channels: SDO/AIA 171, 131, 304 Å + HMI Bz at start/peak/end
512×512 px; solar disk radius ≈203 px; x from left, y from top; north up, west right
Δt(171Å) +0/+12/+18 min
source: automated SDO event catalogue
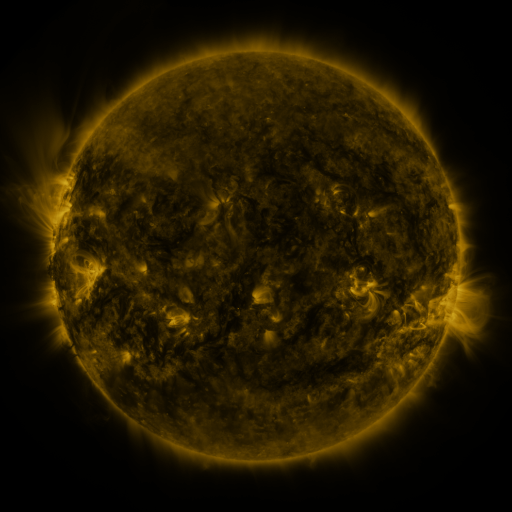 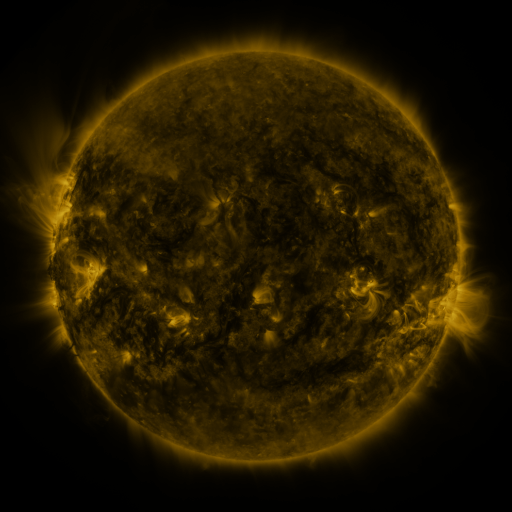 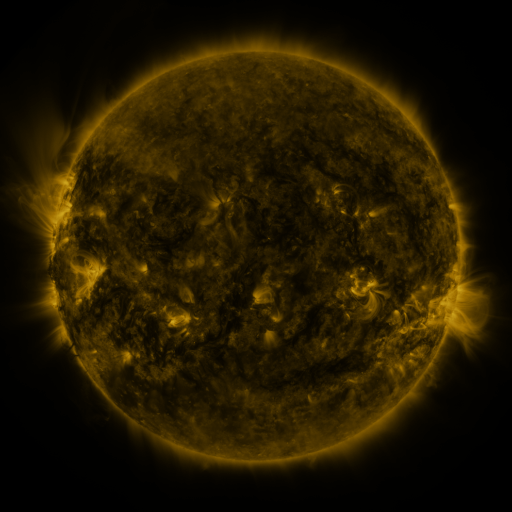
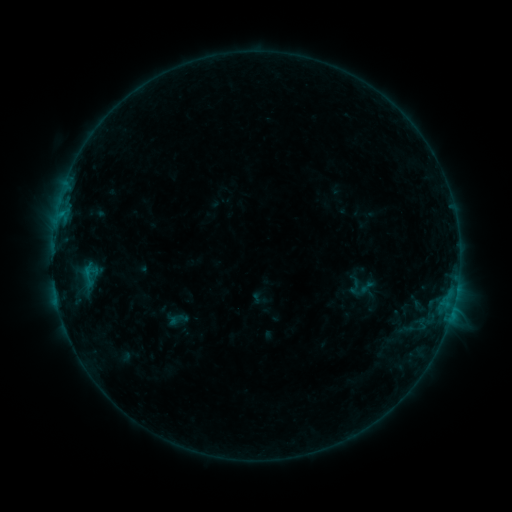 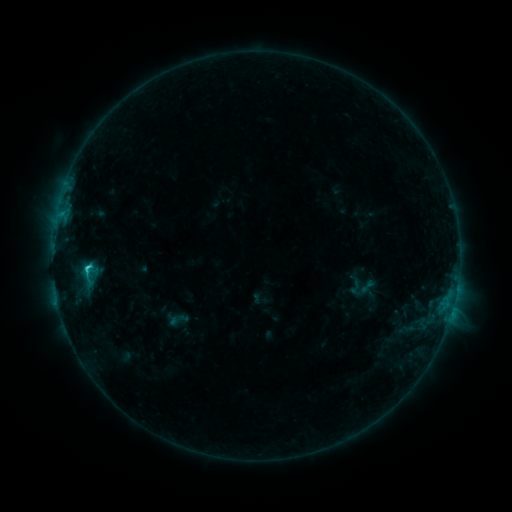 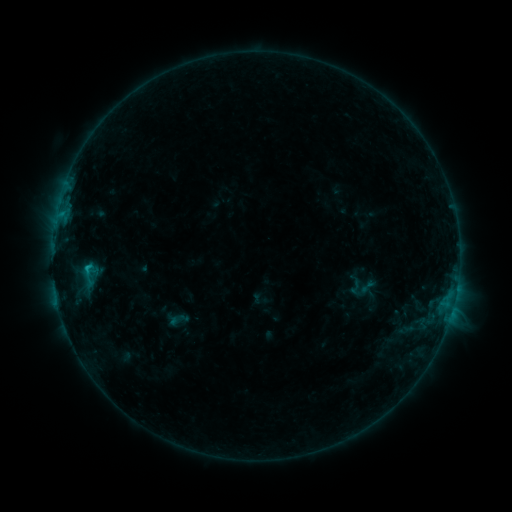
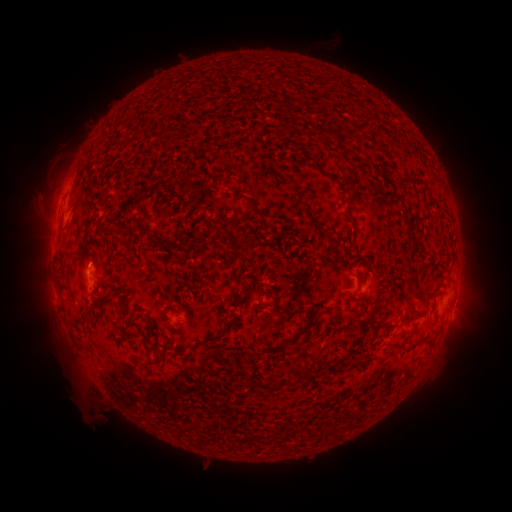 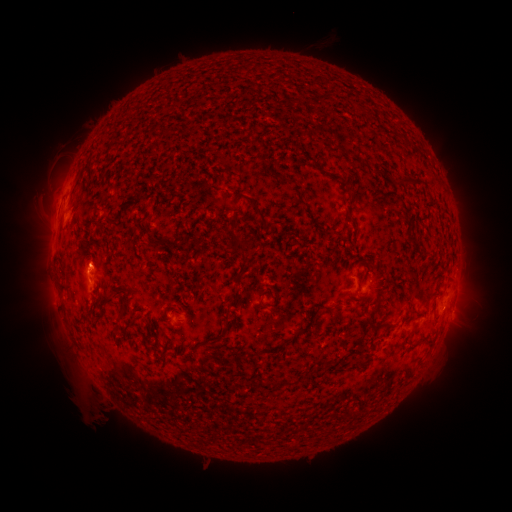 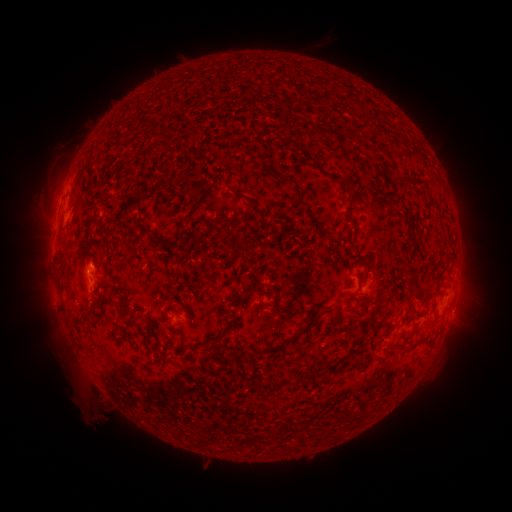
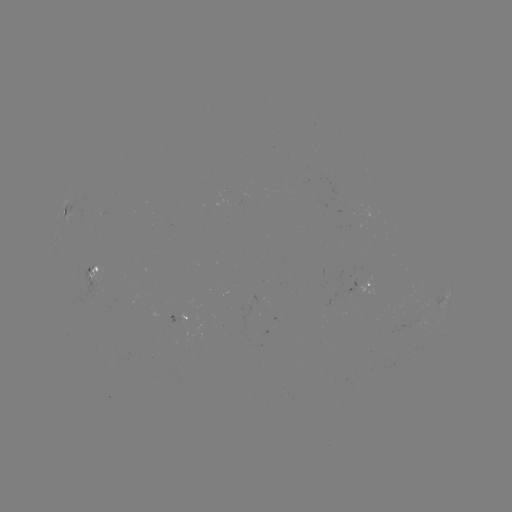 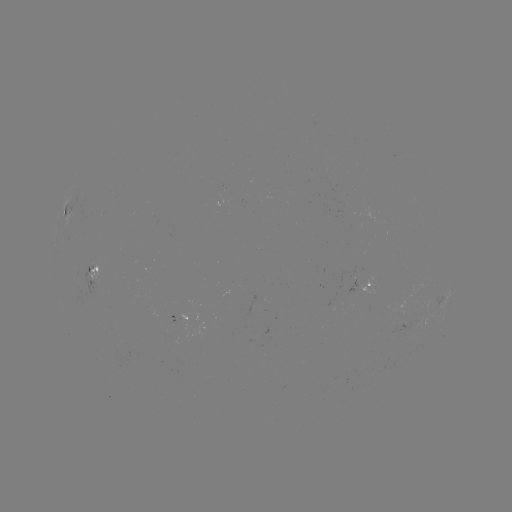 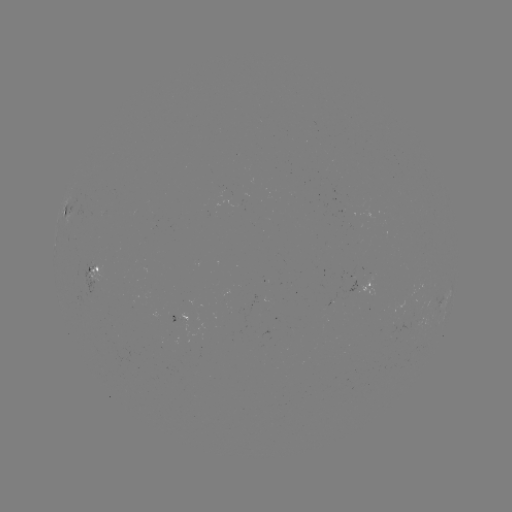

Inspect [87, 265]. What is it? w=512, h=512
C1.2 flare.